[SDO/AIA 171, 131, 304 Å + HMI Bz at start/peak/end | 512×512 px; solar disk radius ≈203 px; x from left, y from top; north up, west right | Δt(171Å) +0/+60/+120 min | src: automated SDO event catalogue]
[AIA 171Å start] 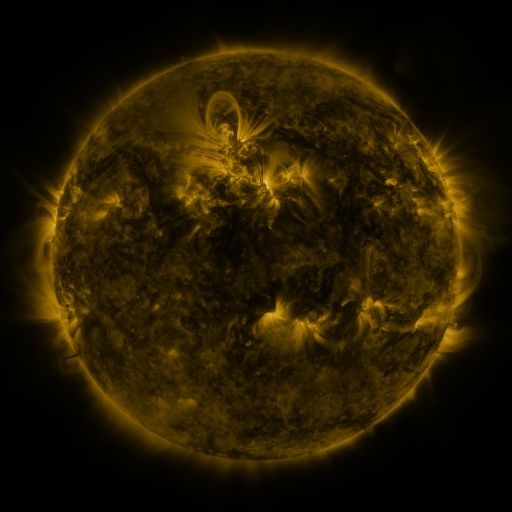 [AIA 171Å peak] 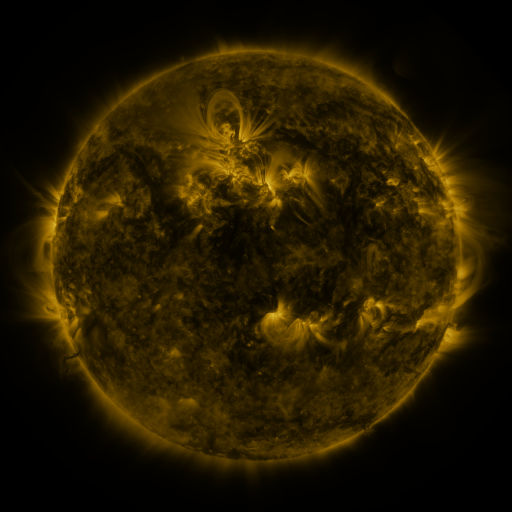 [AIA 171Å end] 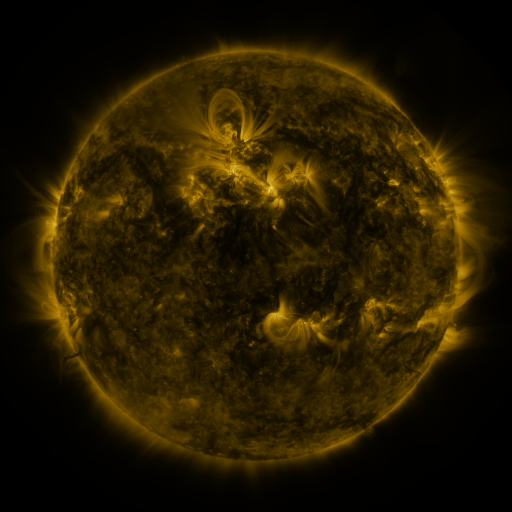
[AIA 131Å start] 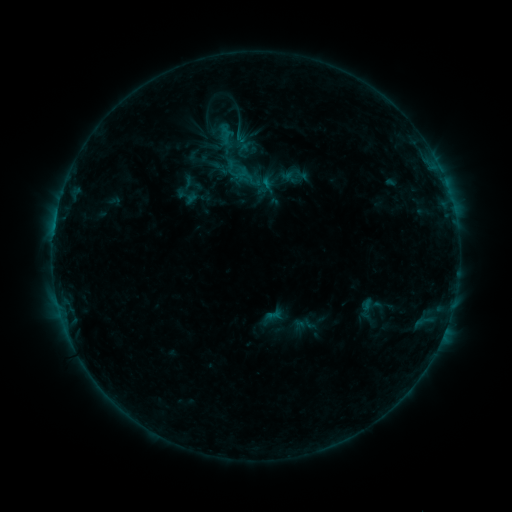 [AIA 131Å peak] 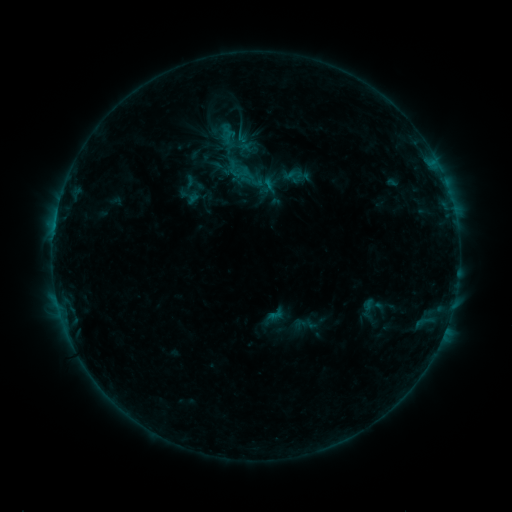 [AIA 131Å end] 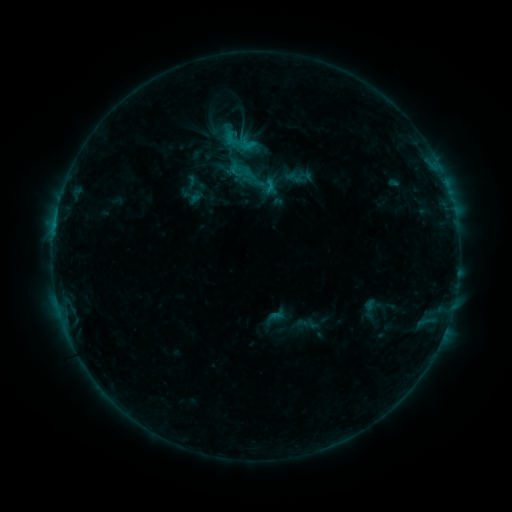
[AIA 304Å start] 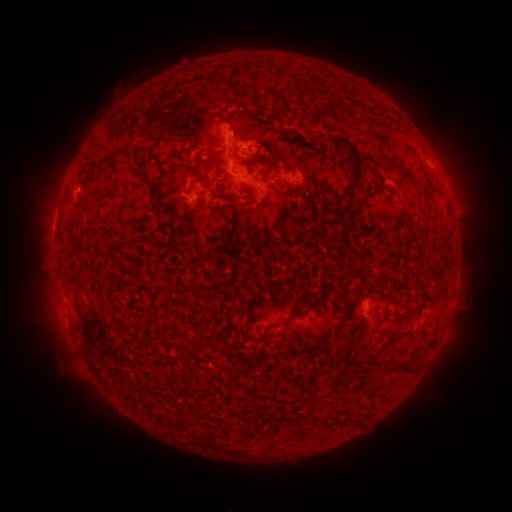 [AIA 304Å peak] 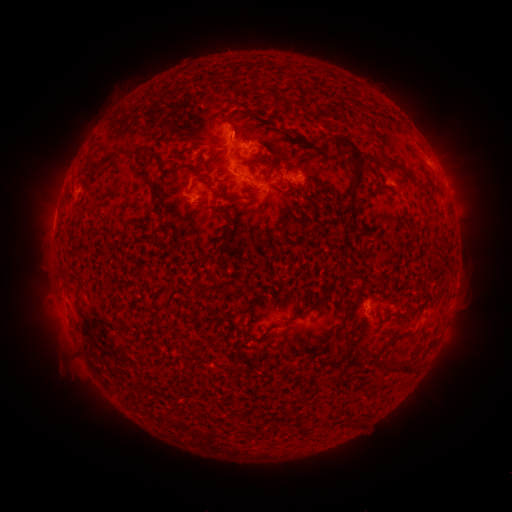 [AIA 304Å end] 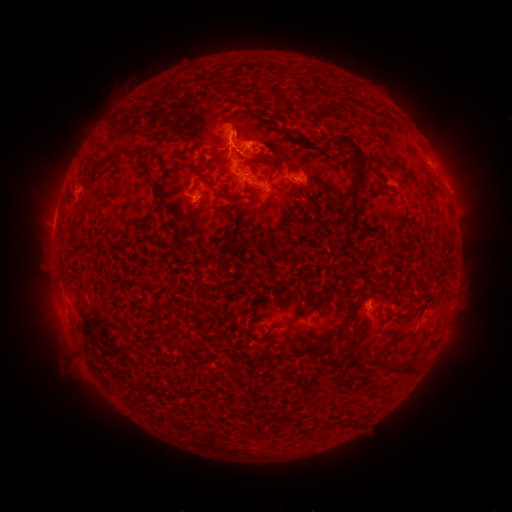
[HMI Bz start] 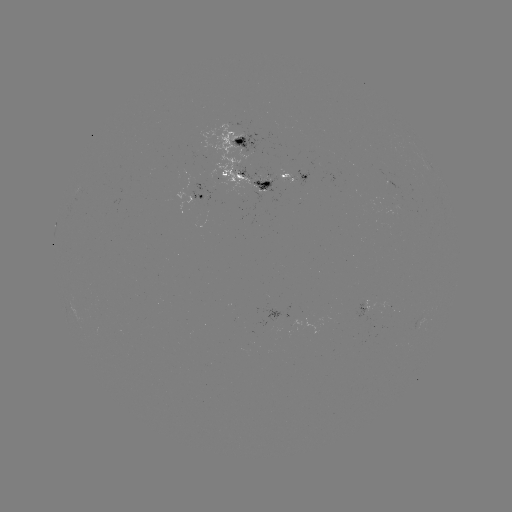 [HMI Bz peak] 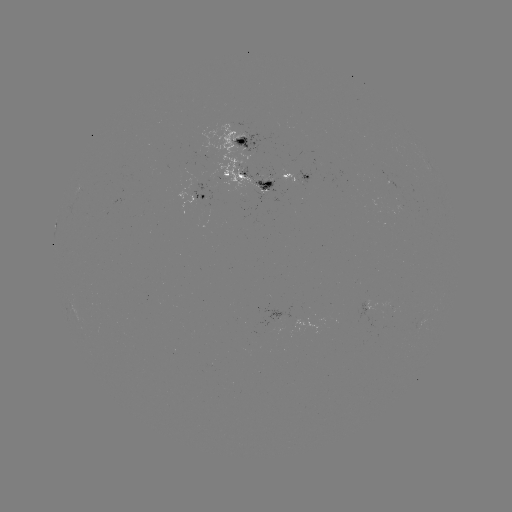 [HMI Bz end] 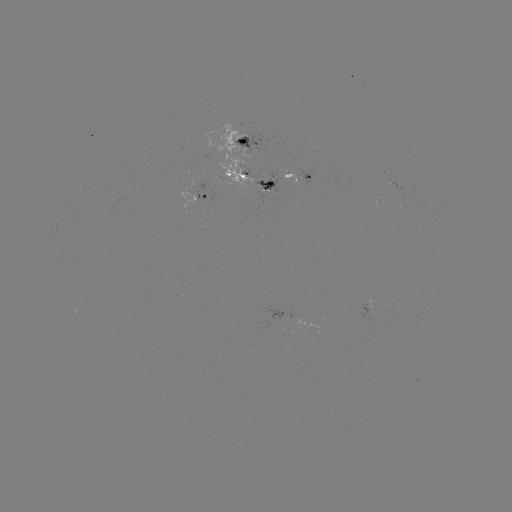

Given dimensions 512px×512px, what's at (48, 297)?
filament eruption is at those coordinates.